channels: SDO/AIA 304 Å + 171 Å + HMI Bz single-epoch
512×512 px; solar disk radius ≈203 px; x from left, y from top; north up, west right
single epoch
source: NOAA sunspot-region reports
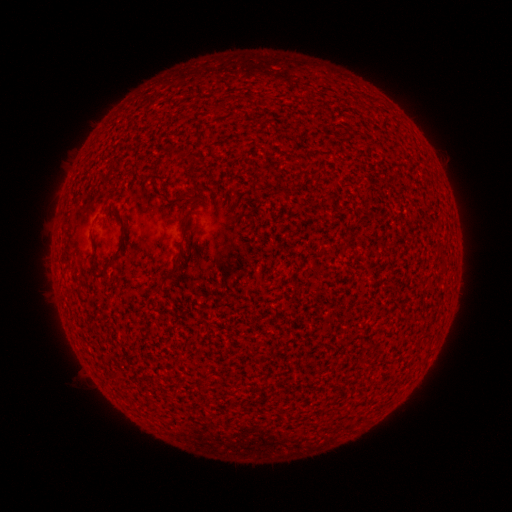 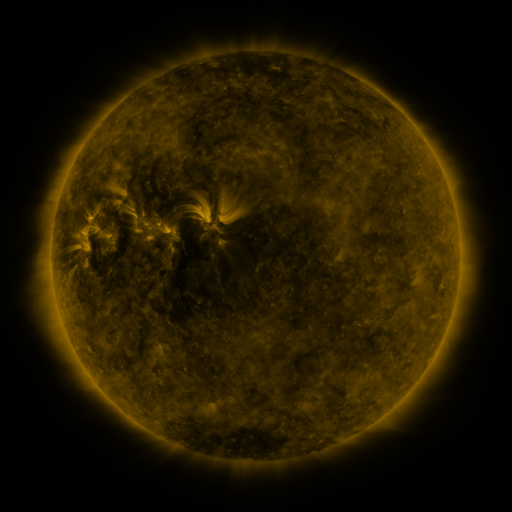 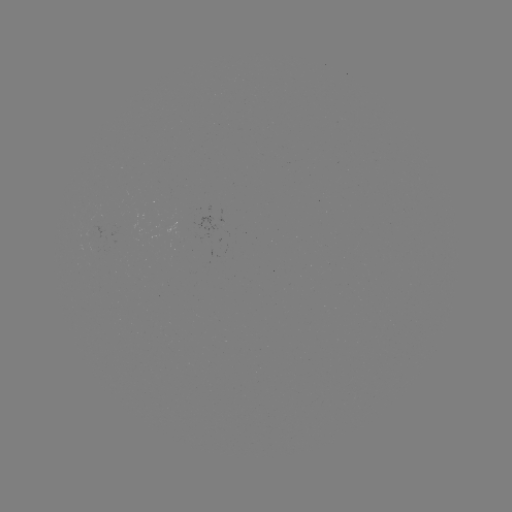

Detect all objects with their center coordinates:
(none)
